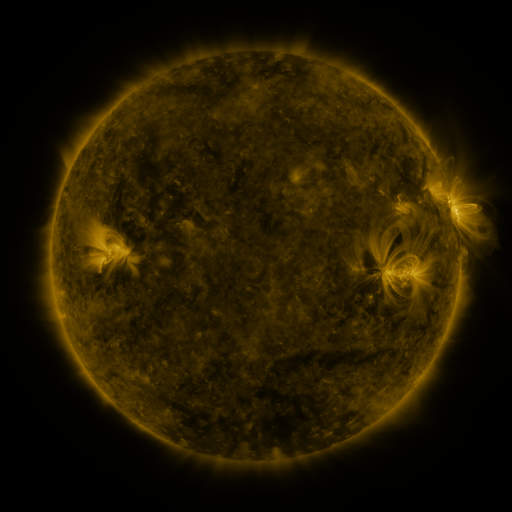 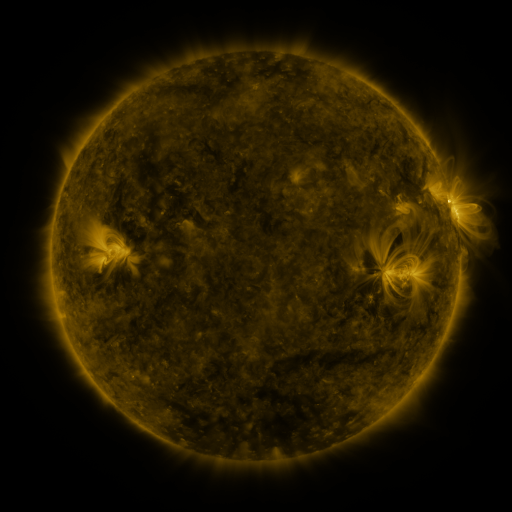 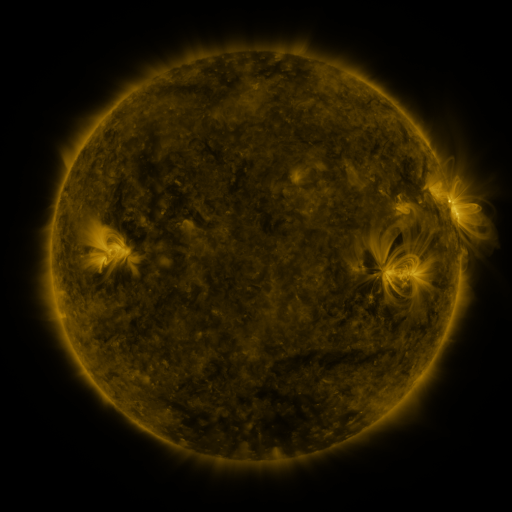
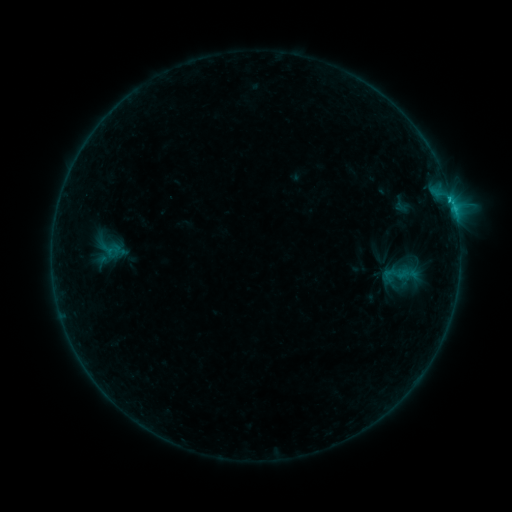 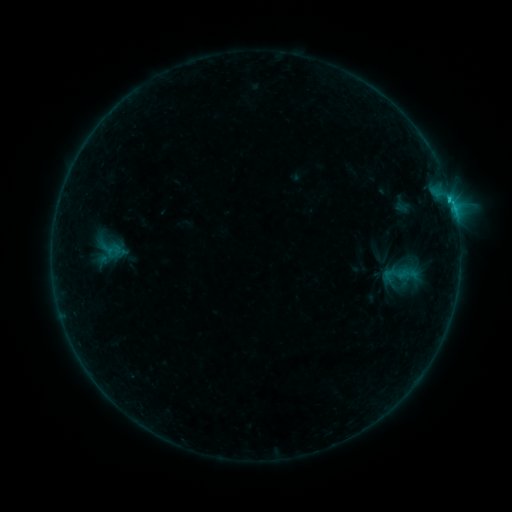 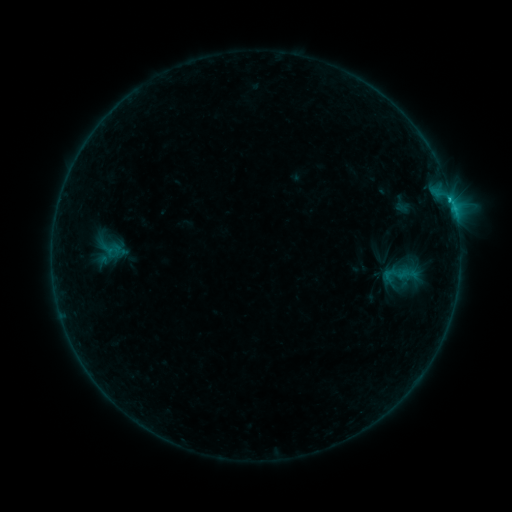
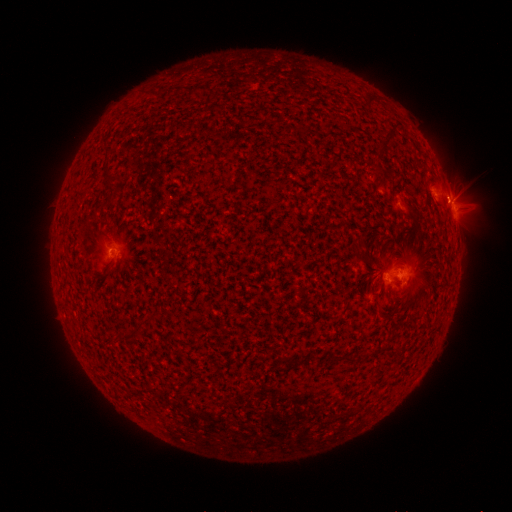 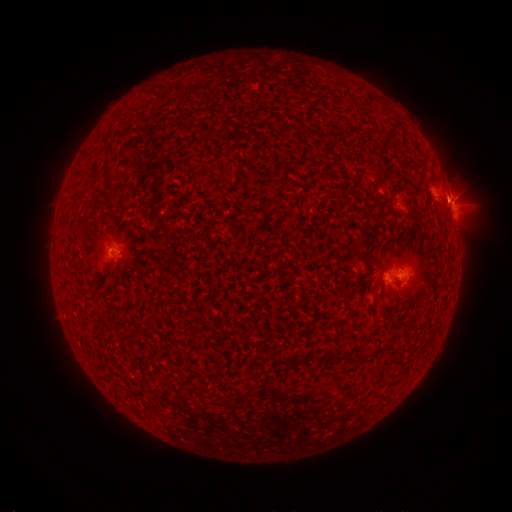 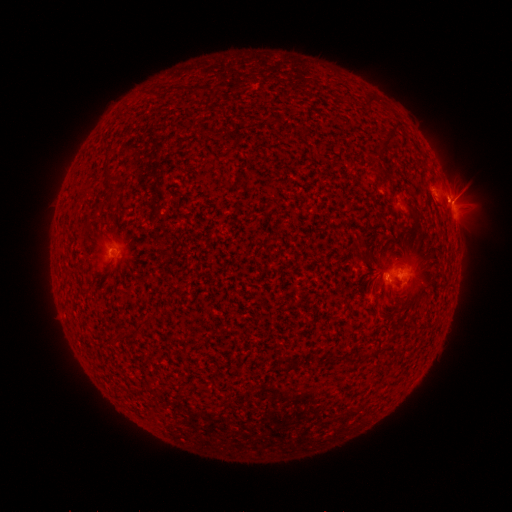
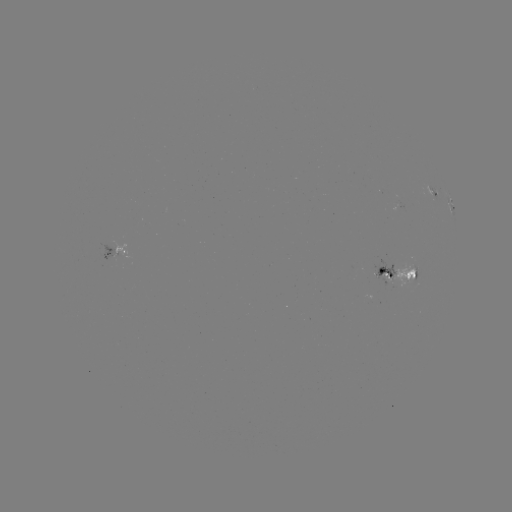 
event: flare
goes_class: C1.9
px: (451, 204)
